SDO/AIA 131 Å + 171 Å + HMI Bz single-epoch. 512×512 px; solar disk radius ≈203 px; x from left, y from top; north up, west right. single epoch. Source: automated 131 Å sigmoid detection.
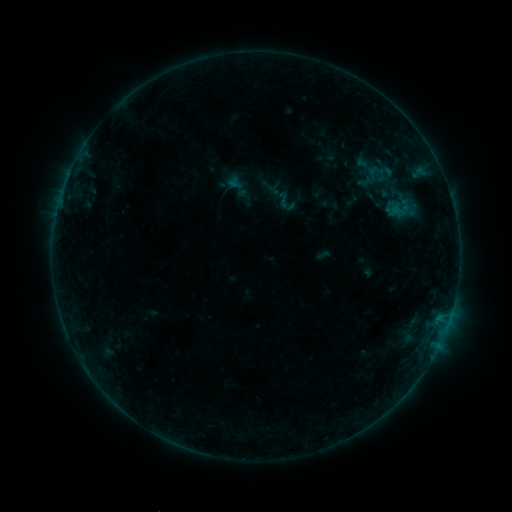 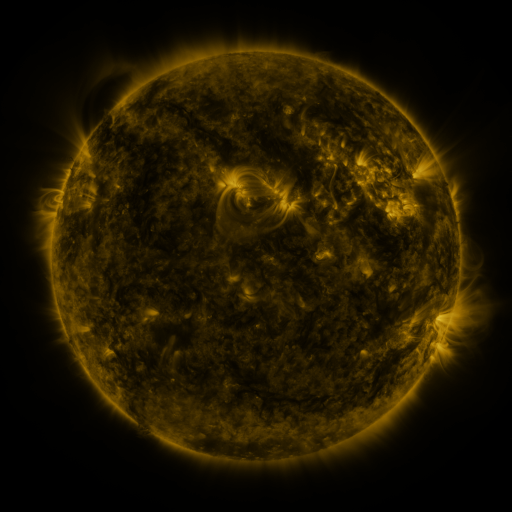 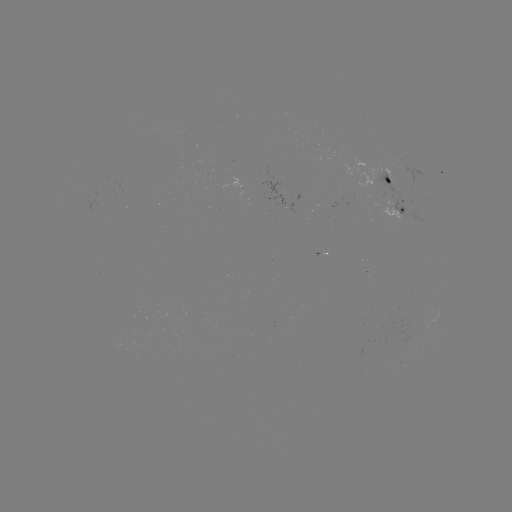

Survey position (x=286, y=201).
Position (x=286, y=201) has sigmoid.